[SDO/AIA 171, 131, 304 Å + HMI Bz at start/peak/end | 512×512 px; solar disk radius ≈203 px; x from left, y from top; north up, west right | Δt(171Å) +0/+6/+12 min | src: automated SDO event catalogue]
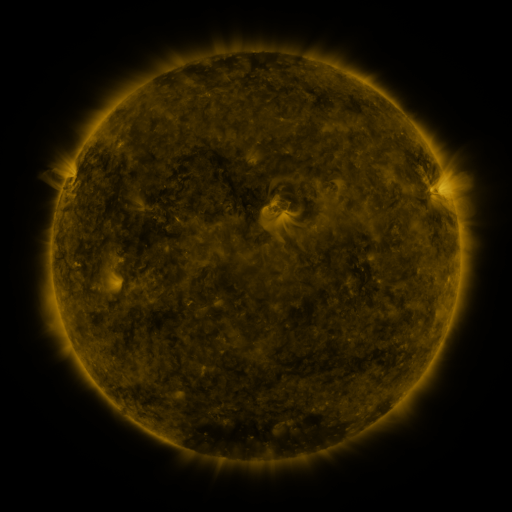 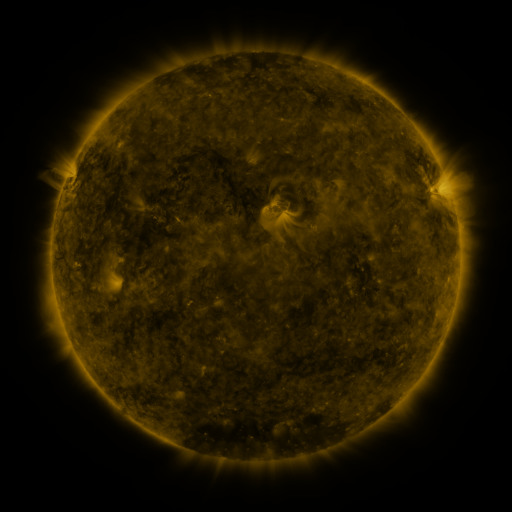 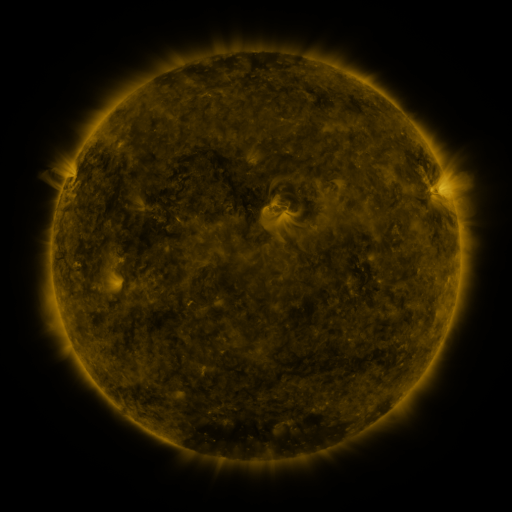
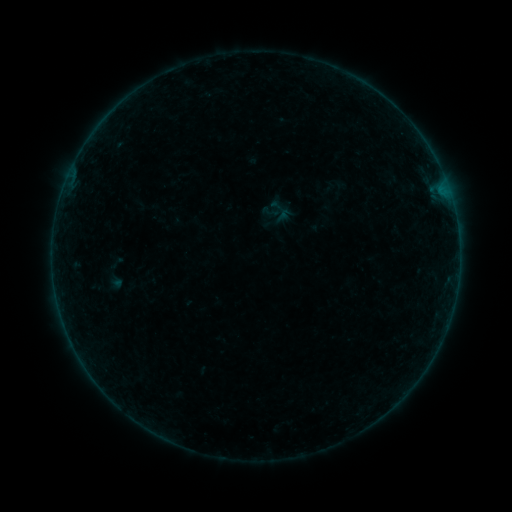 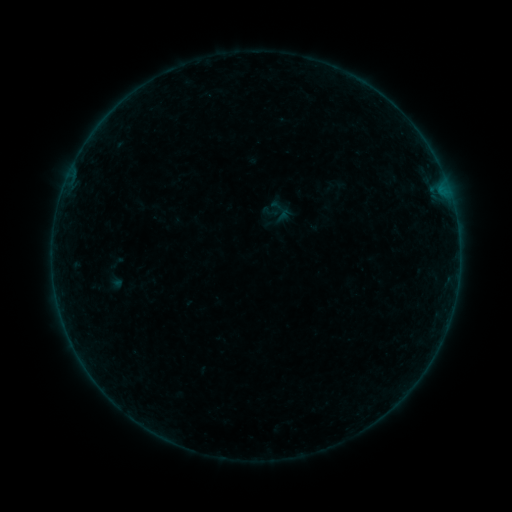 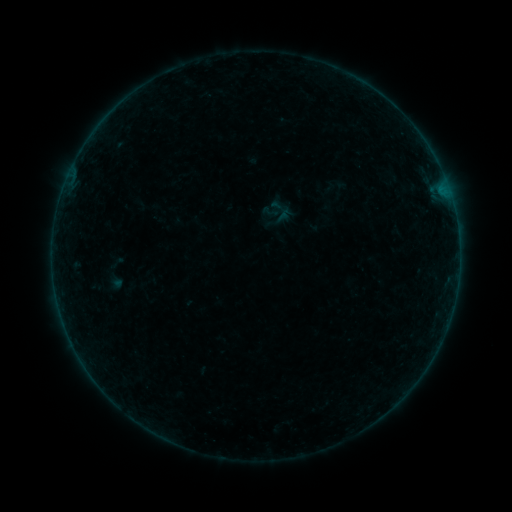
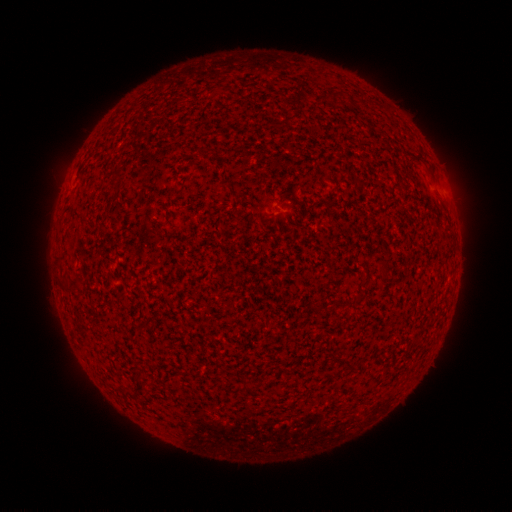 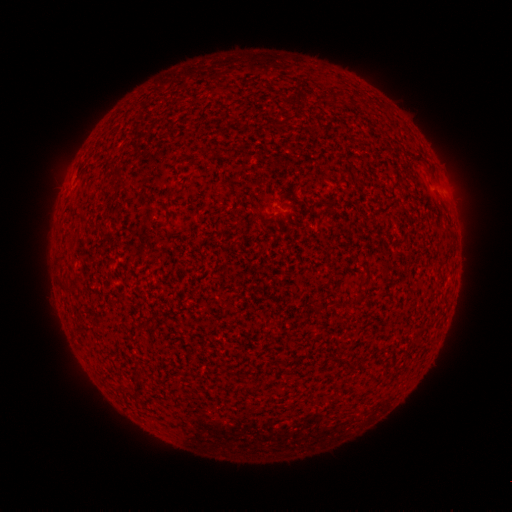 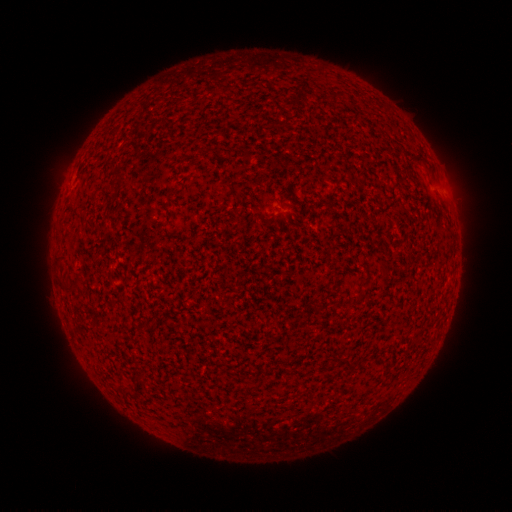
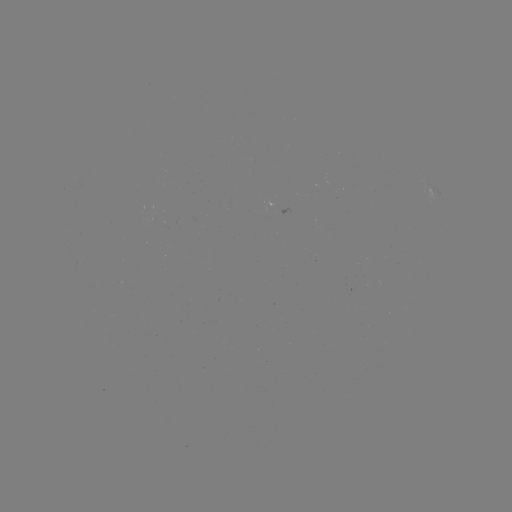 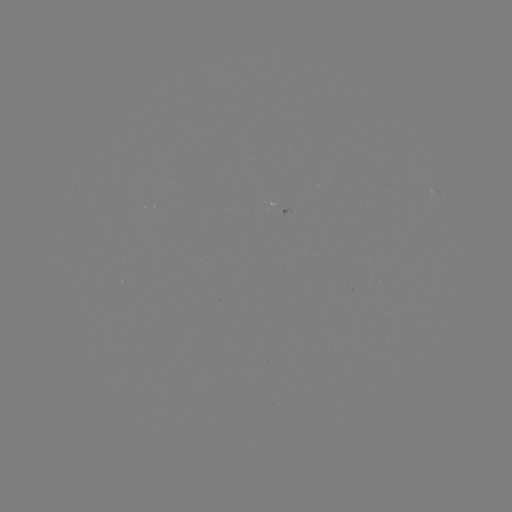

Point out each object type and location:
B2.1 flare: (90, 369)
